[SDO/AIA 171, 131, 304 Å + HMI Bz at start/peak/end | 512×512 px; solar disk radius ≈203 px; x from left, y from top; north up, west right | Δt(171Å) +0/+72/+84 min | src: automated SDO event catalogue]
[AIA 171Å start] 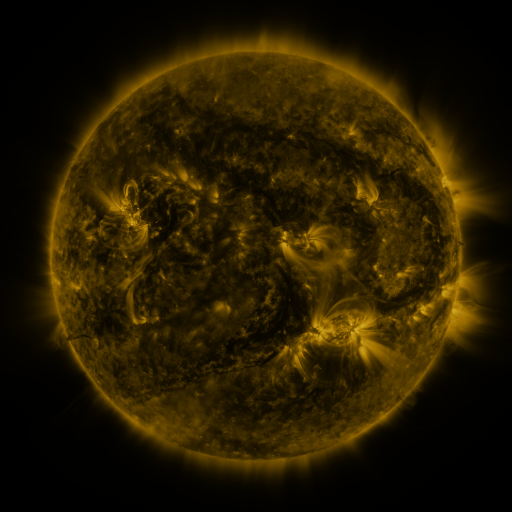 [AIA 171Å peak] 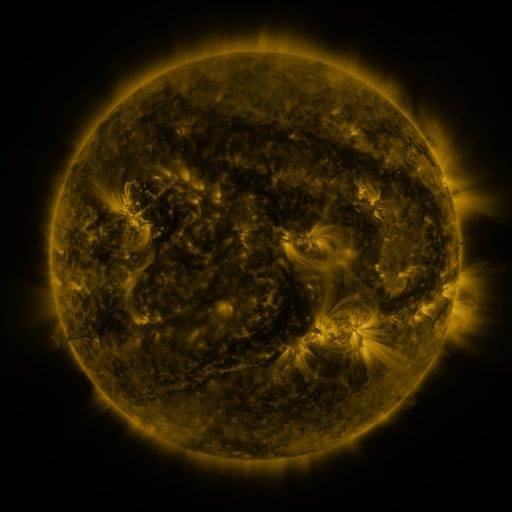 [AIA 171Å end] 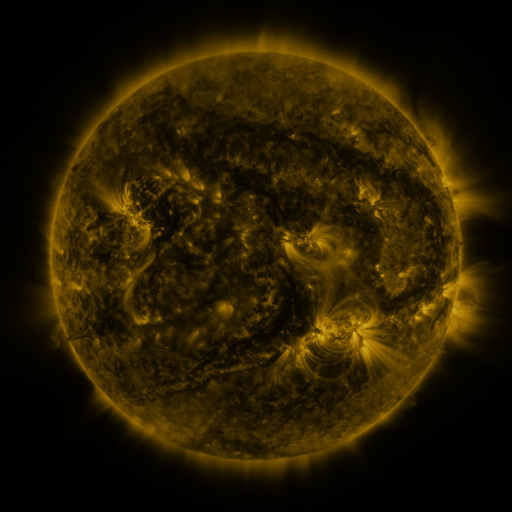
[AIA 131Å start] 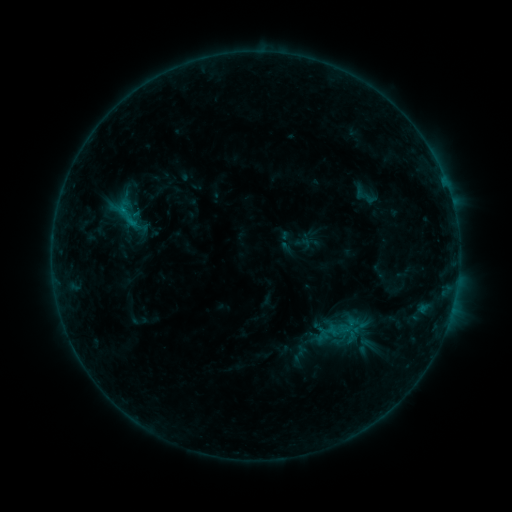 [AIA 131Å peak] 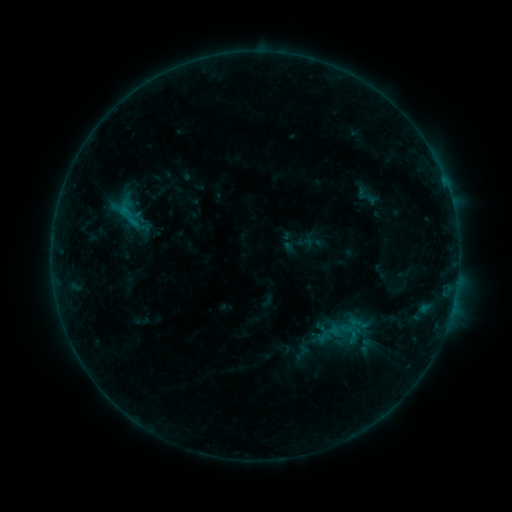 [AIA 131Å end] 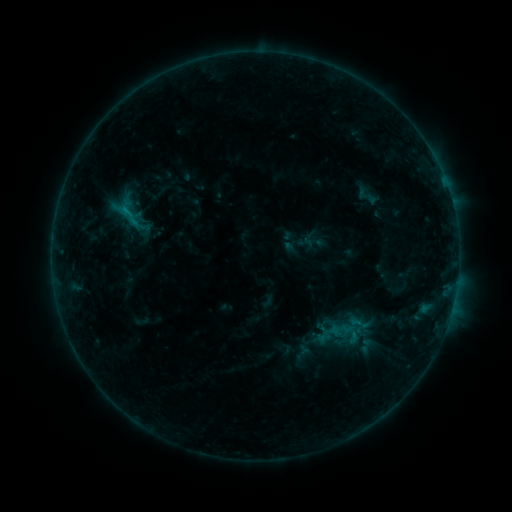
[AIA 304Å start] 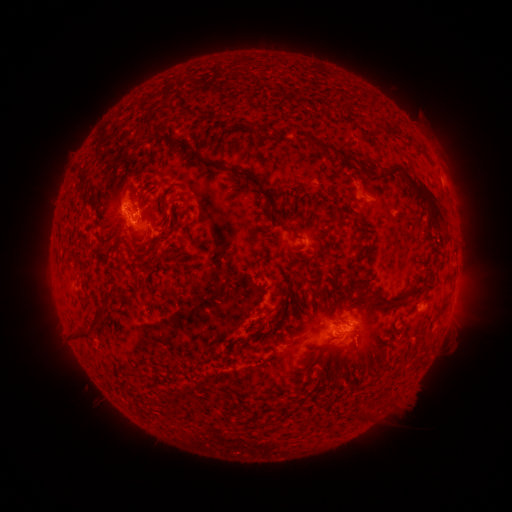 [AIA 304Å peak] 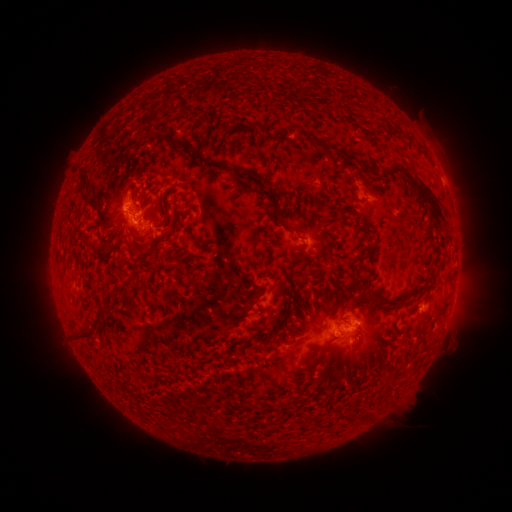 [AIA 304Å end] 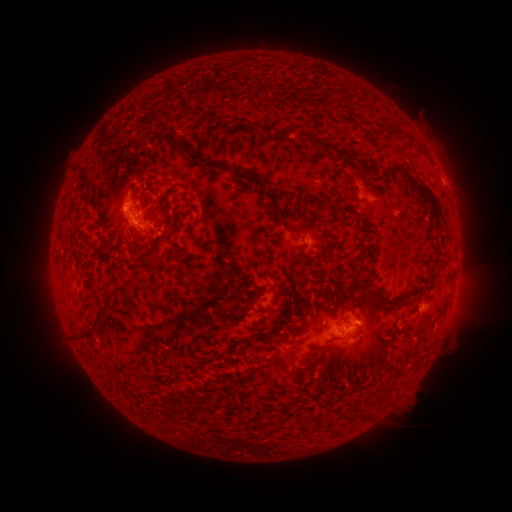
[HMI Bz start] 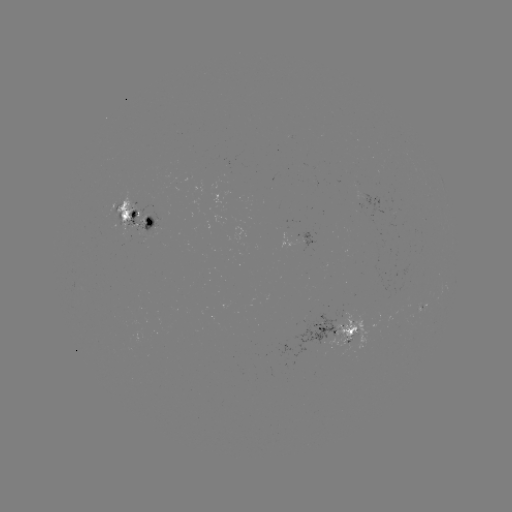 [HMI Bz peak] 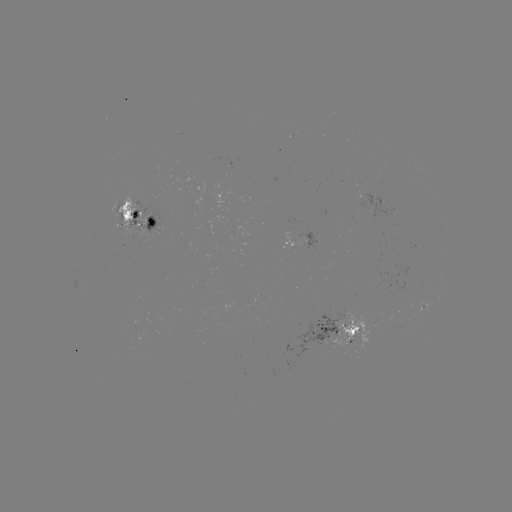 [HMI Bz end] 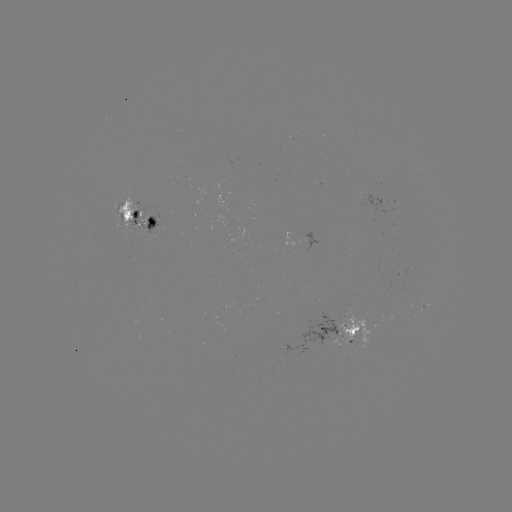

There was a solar emerging-flux region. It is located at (119, 219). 